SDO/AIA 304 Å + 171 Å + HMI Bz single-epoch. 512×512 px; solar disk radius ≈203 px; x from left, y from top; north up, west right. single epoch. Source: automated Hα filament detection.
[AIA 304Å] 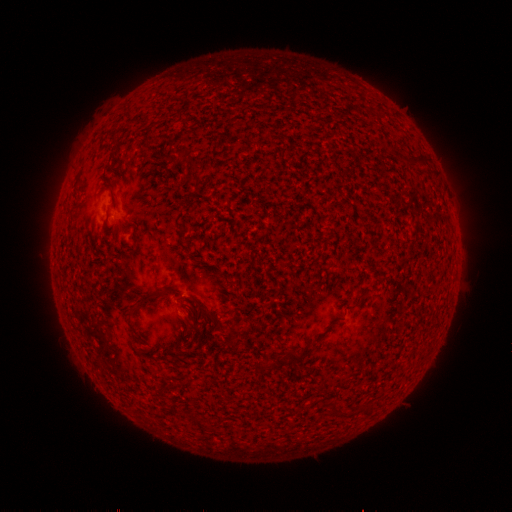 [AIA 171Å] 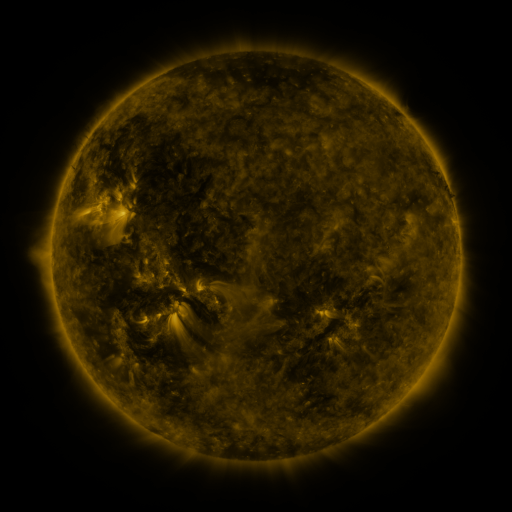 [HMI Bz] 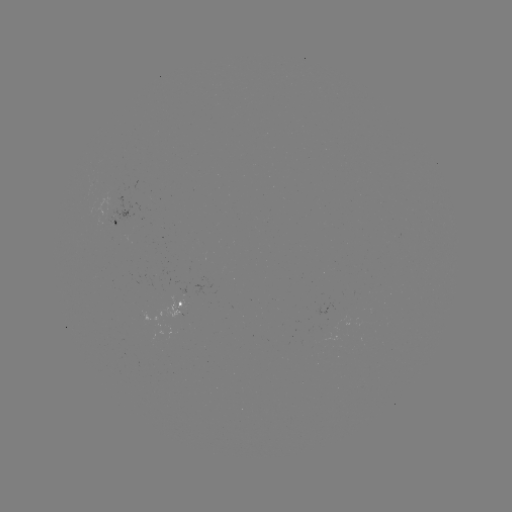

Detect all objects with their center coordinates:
filament: [197, 303, 214, 320]
filament: [280, 342, 316, 366]
filament: [329, 400, 344, 414]
